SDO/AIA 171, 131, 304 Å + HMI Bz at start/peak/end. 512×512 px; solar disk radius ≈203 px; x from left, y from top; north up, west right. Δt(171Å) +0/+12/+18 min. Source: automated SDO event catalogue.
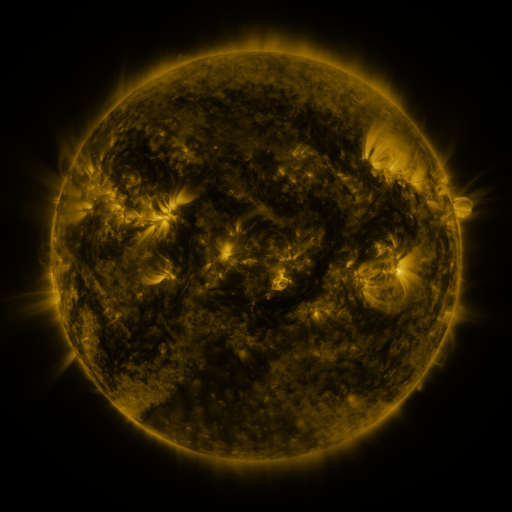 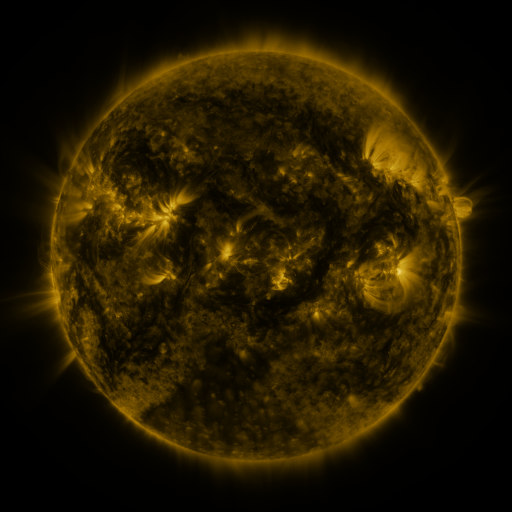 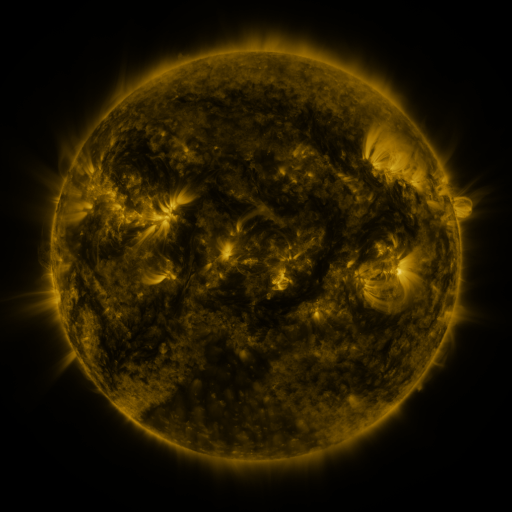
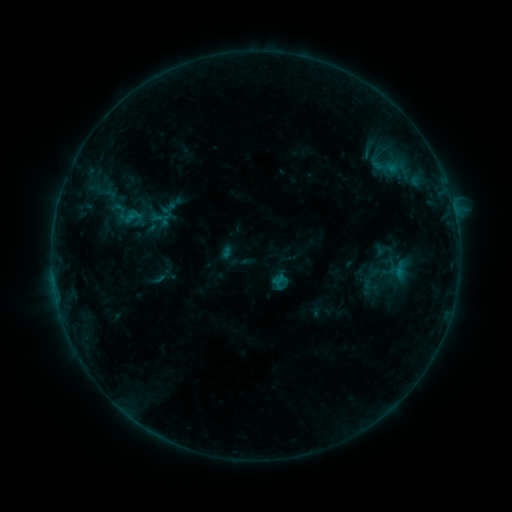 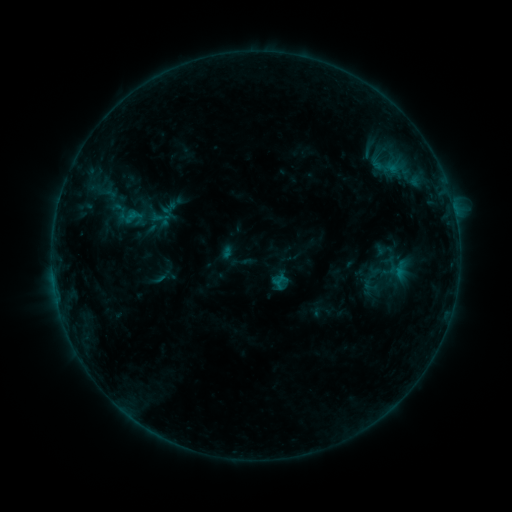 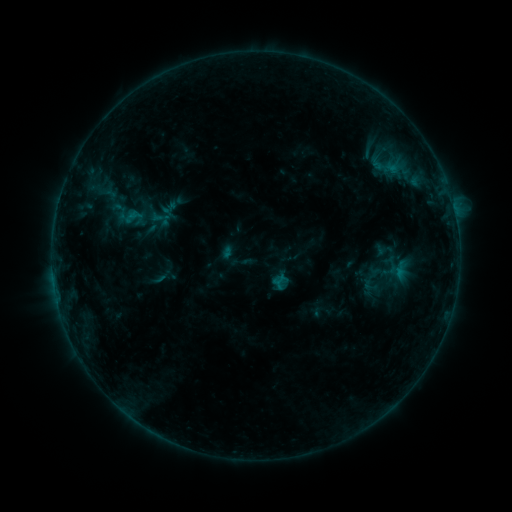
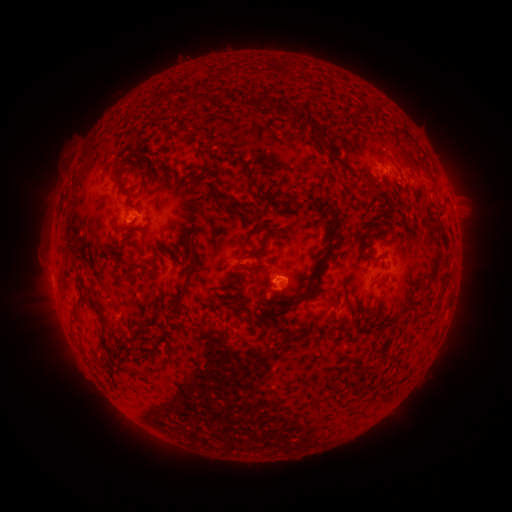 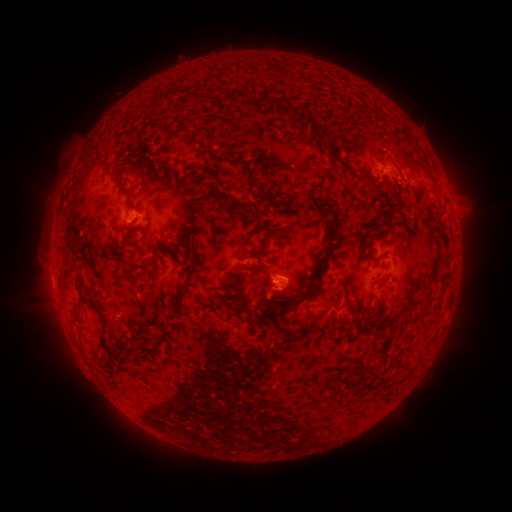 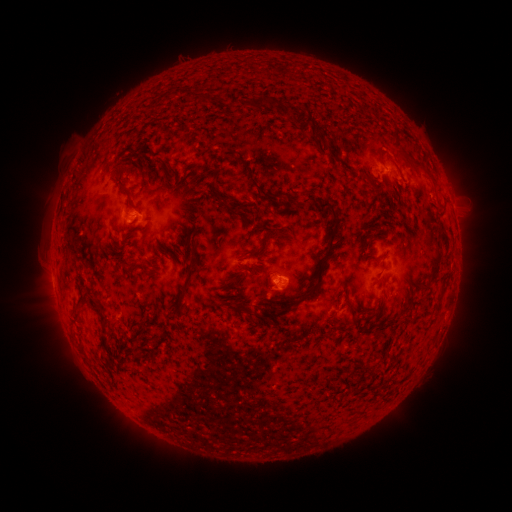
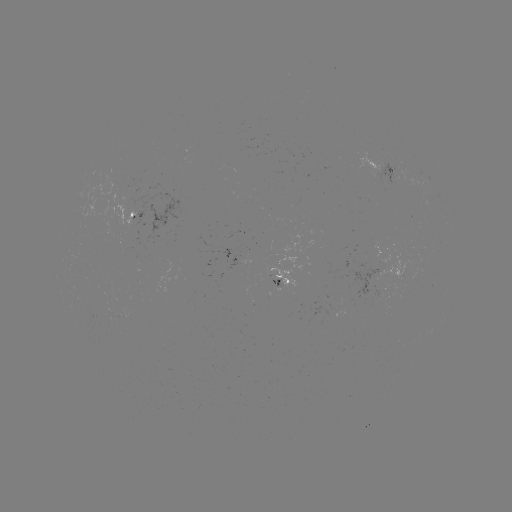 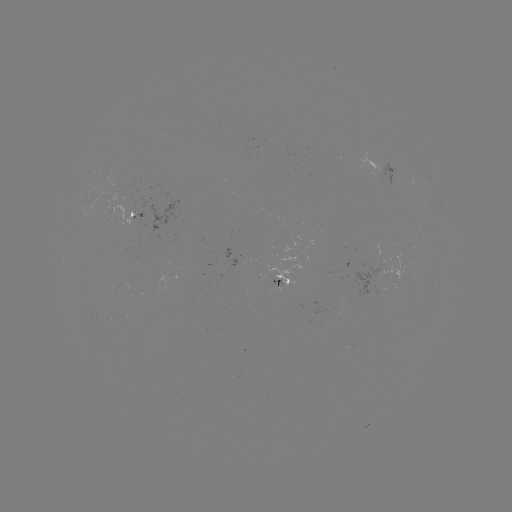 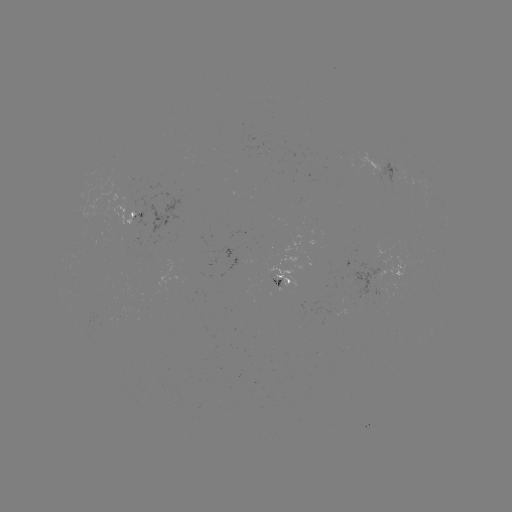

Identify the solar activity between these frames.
no classed flare was catalogued and no EUV brightening was flagged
